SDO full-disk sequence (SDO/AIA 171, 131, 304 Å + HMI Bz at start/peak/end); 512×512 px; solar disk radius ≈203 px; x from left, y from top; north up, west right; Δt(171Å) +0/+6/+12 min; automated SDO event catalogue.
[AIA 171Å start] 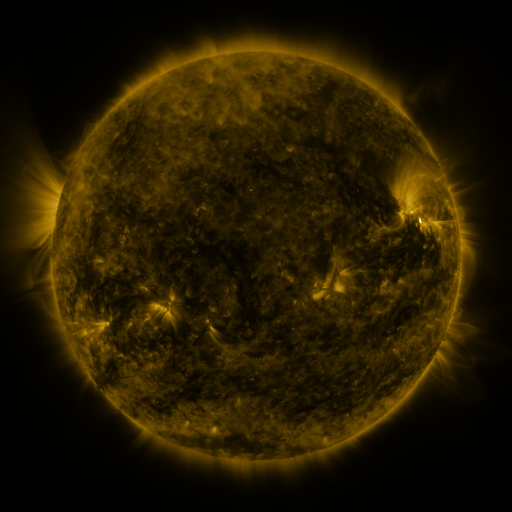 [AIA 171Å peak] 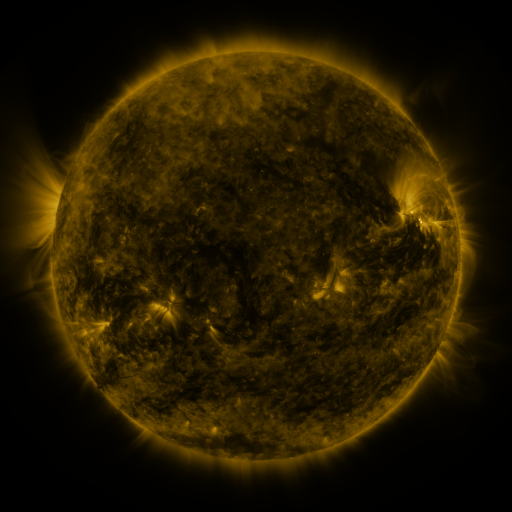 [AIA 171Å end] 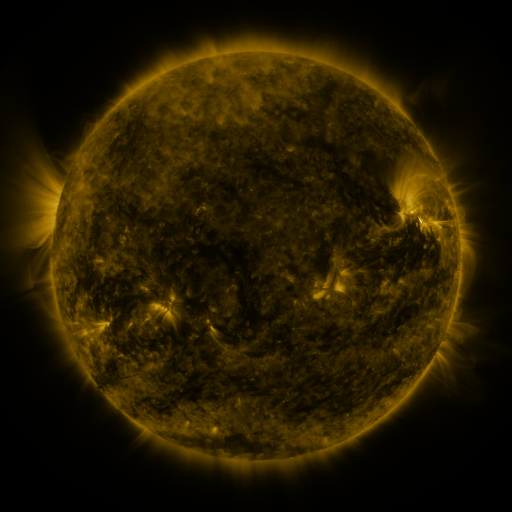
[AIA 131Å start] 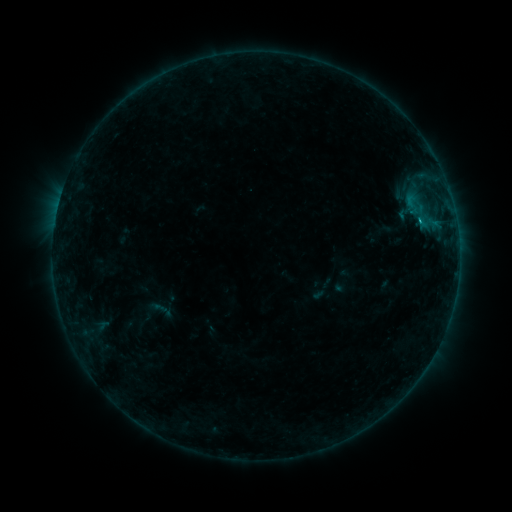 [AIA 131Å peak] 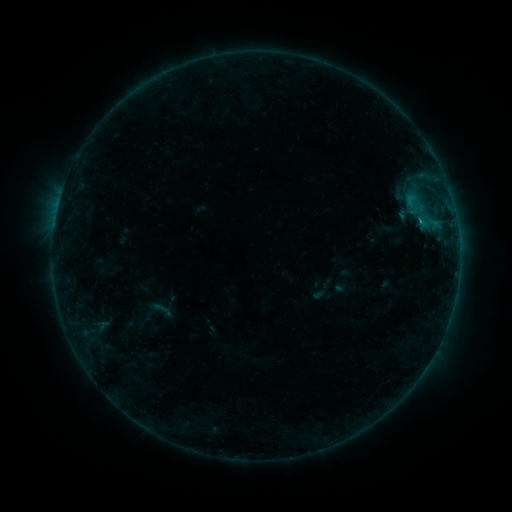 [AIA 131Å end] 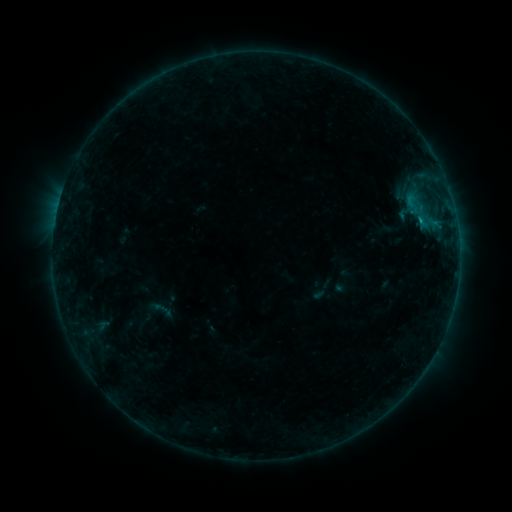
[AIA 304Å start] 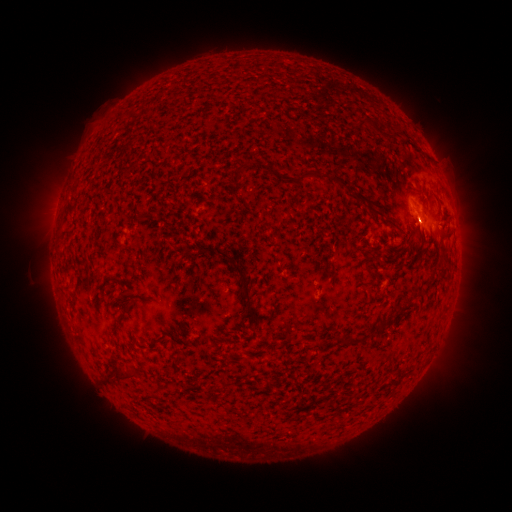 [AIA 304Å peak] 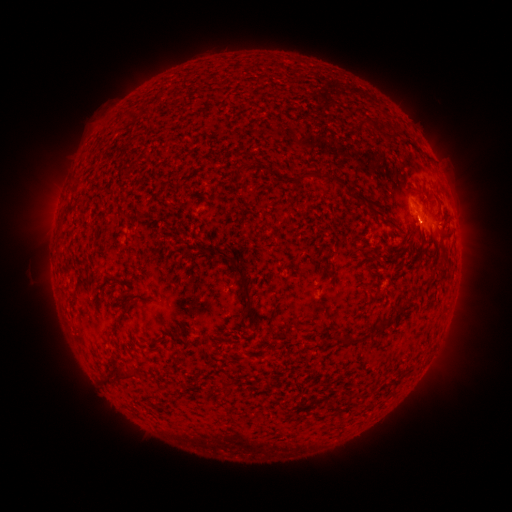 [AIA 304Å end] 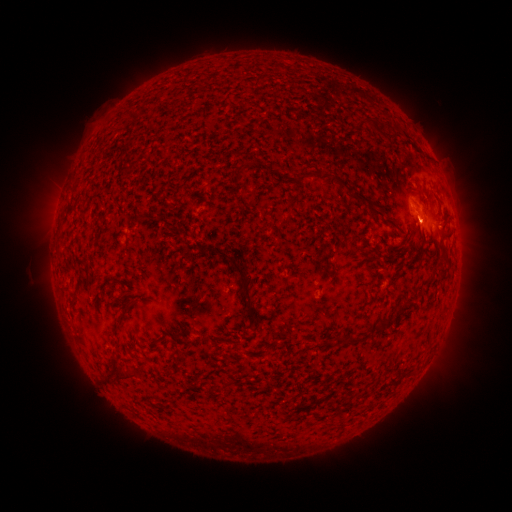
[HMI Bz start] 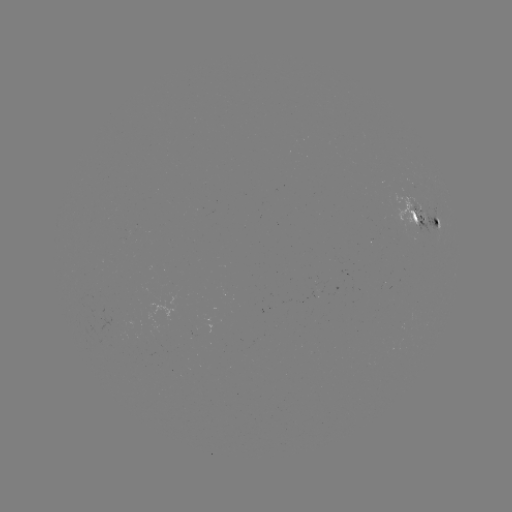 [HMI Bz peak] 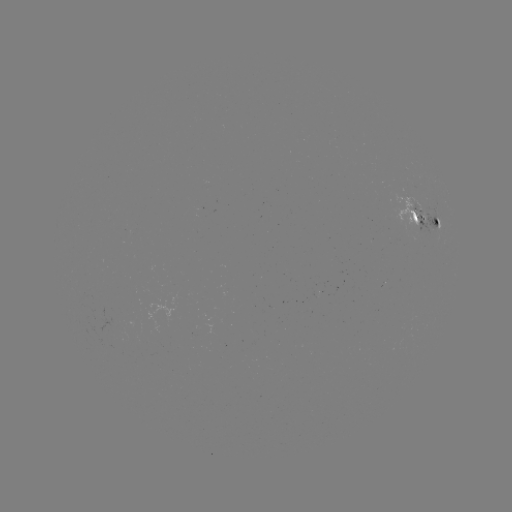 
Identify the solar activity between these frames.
B5.9 flare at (419, 221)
